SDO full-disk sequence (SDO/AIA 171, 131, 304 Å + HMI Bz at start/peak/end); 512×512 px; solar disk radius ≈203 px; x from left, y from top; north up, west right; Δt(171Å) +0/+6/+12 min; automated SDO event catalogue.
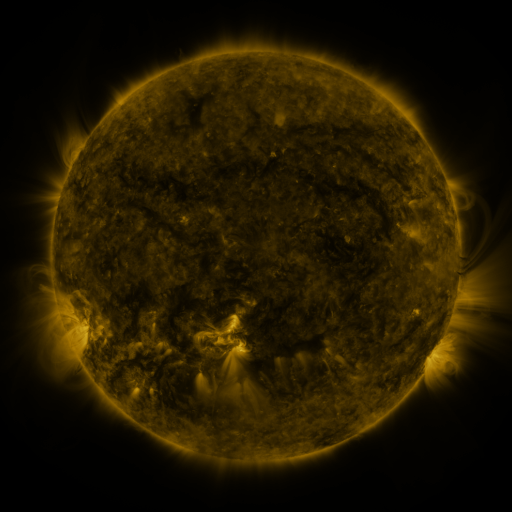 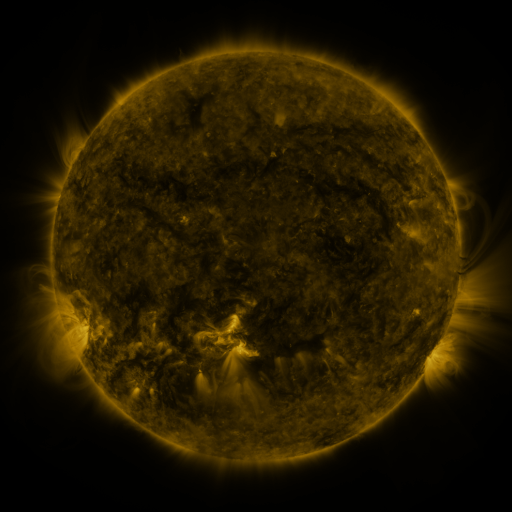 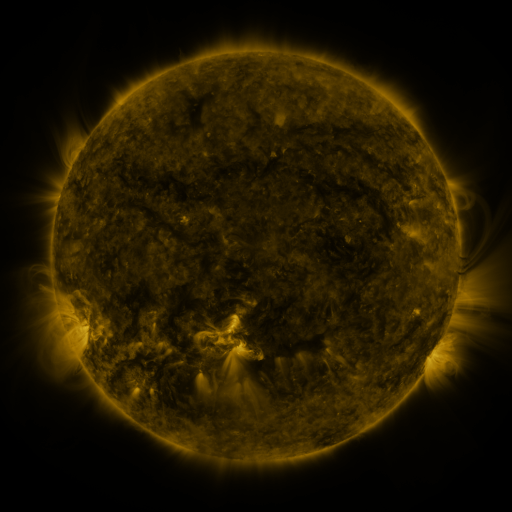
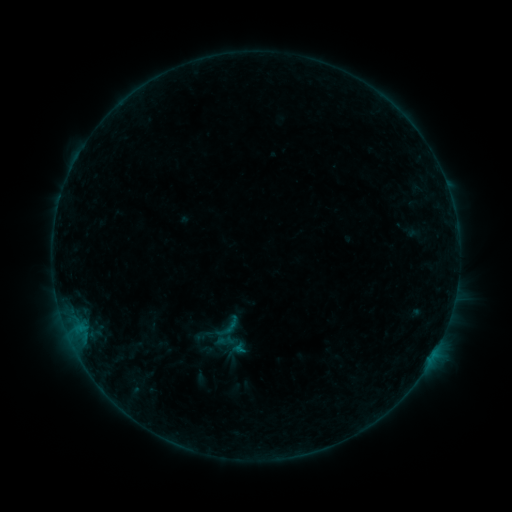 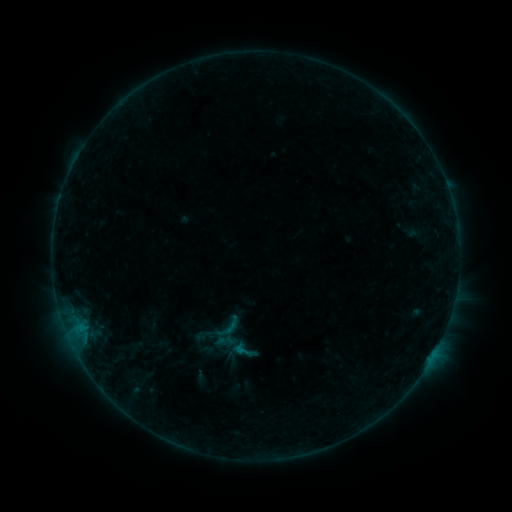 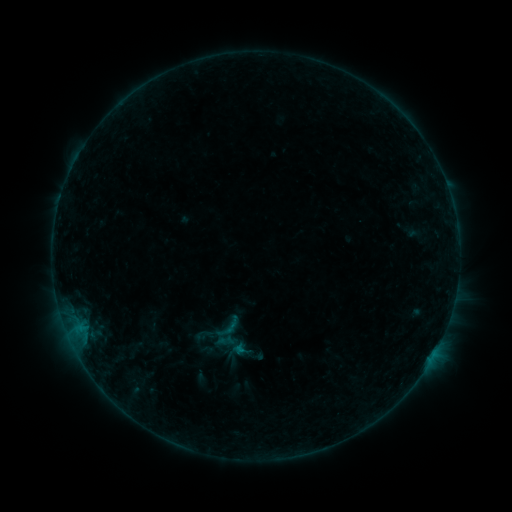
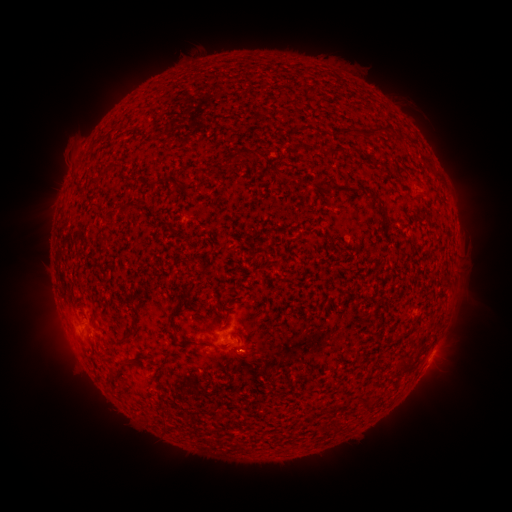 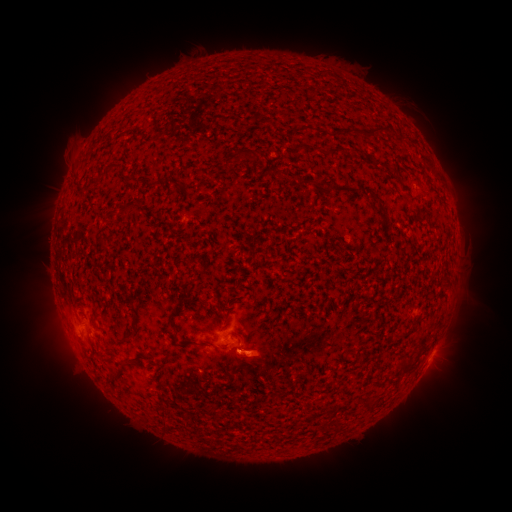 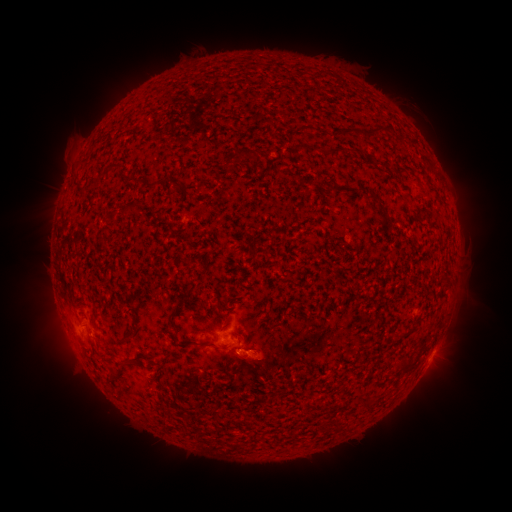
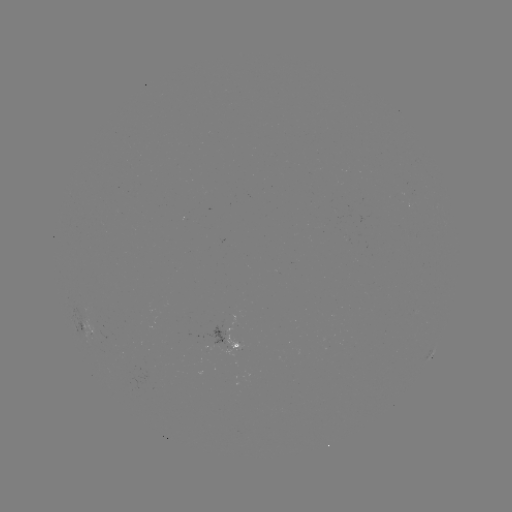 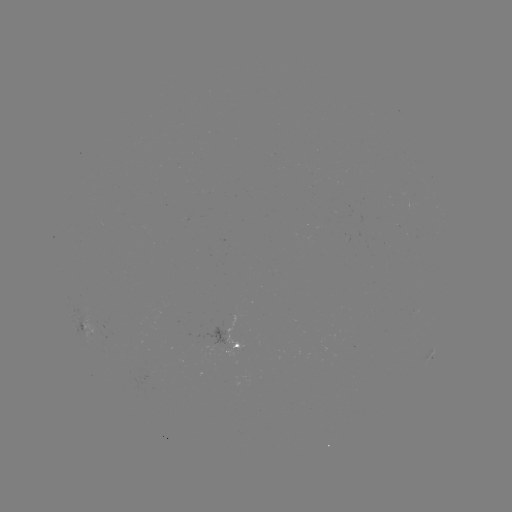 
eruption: <bbox>209, 332, 289, 390</bbox>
